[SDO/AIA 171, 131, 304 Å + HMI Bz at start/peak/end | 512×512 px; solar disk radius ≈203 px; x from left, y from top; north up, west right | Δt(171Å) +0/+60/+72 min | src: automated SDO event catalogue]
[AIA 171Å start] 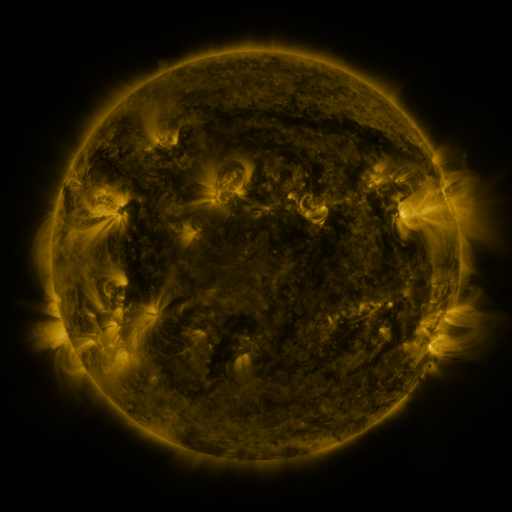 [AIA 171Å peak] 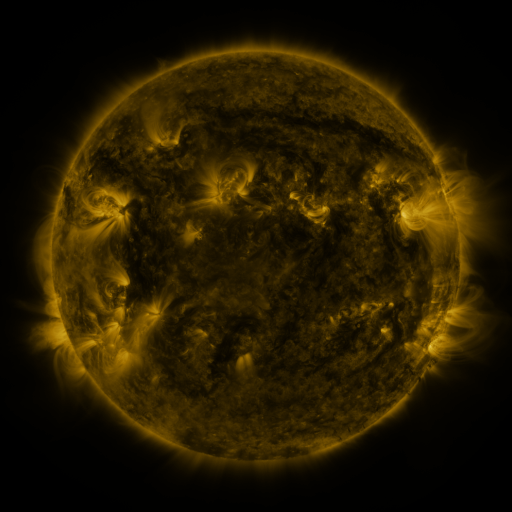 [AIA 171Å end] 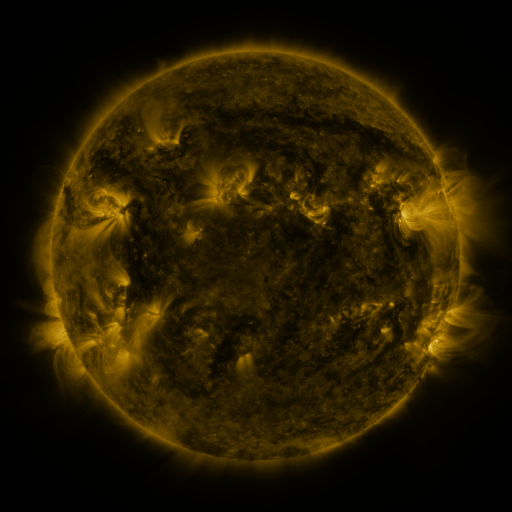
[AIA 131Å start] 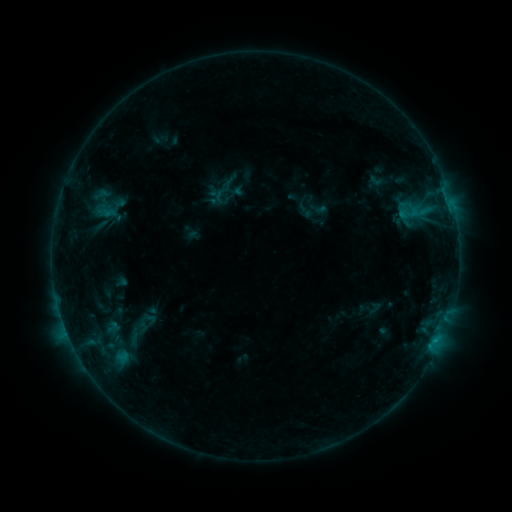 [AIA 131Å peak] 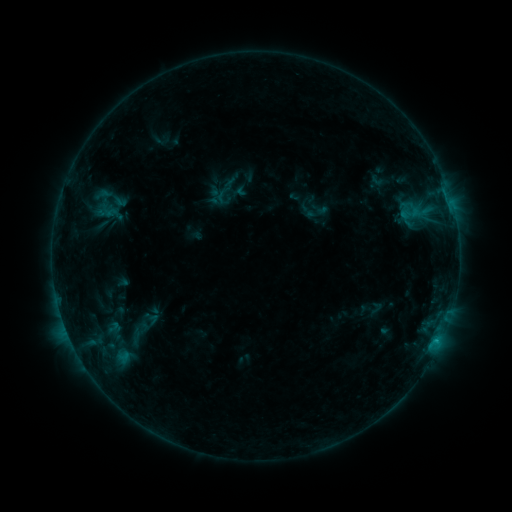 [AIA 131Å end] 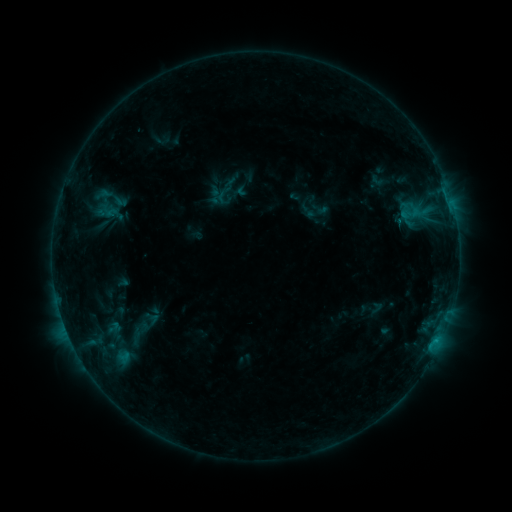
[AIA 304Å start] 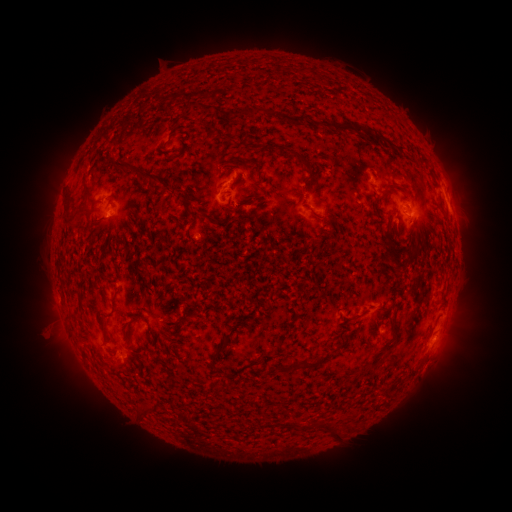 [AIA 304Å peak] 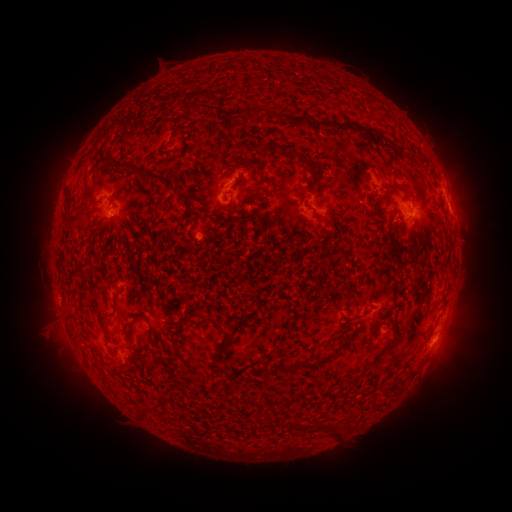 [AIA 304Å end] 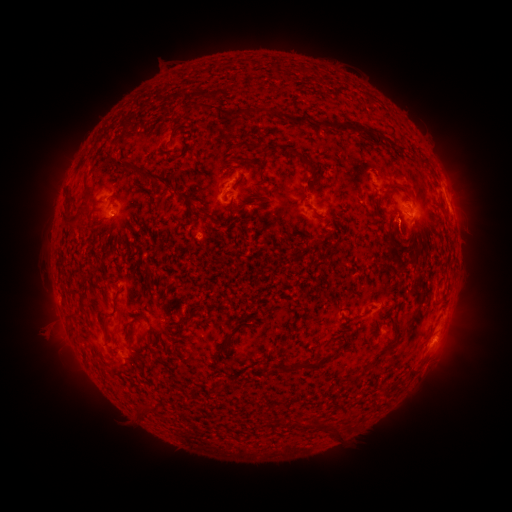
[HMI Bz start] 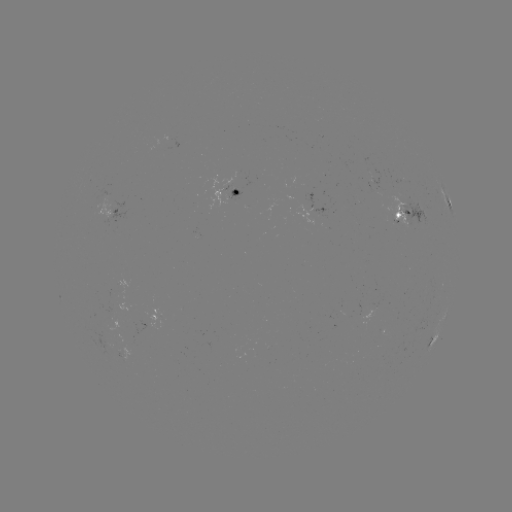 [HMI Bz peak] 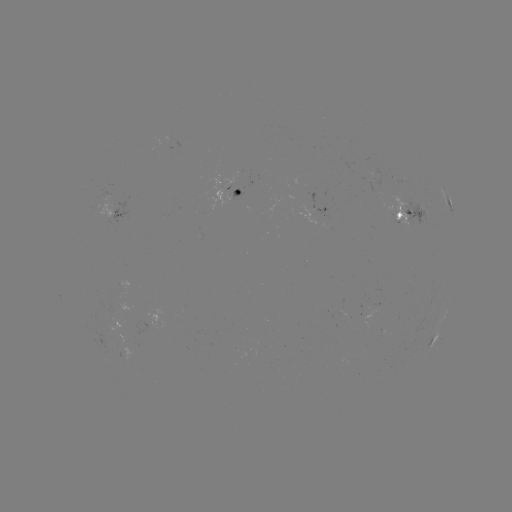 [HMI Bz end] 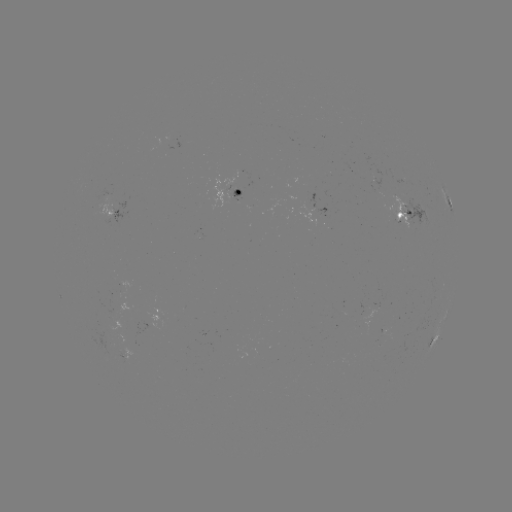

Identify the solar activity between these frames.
emerging-flux region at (399, 217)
